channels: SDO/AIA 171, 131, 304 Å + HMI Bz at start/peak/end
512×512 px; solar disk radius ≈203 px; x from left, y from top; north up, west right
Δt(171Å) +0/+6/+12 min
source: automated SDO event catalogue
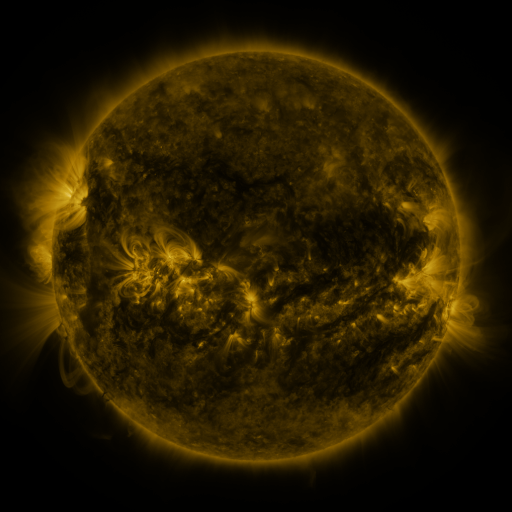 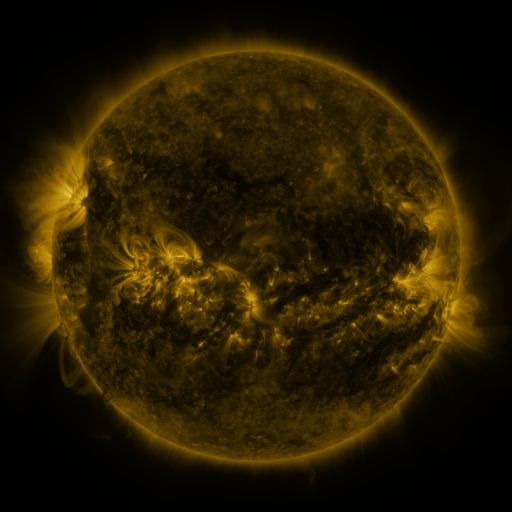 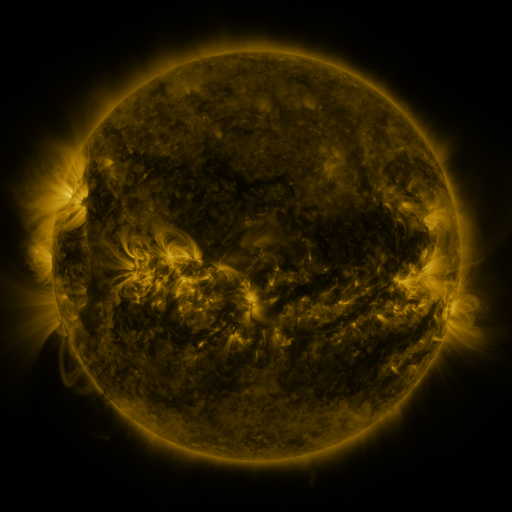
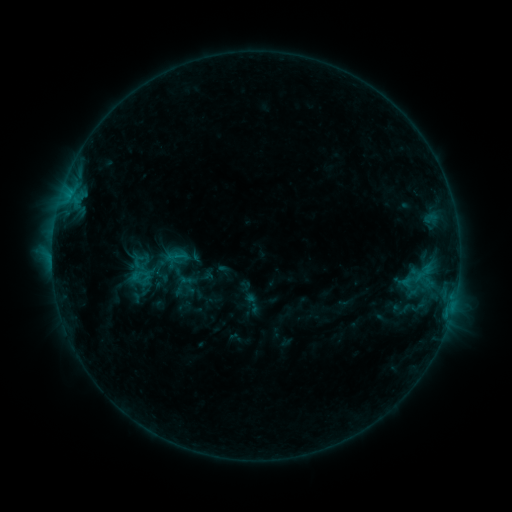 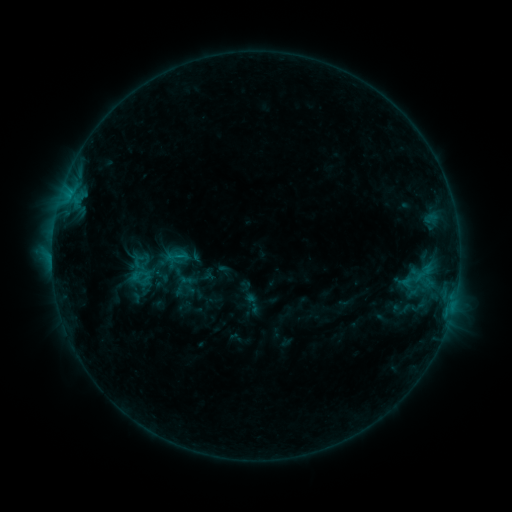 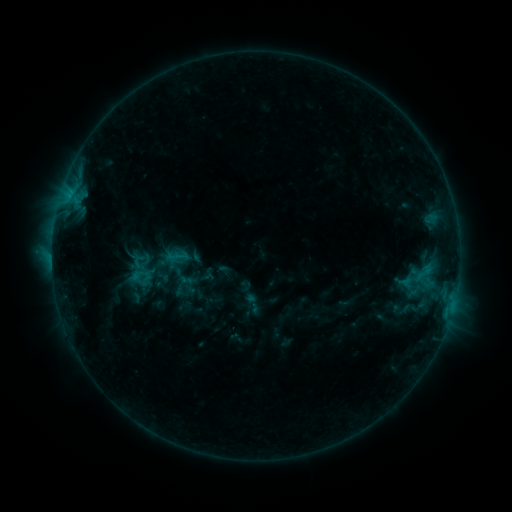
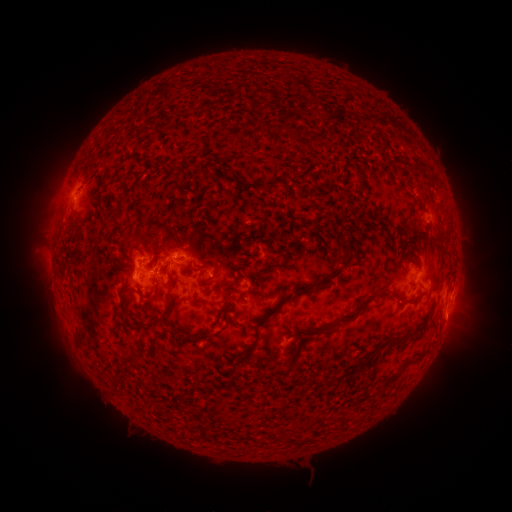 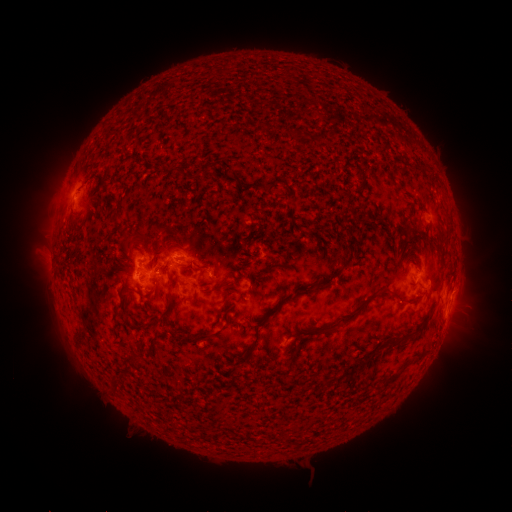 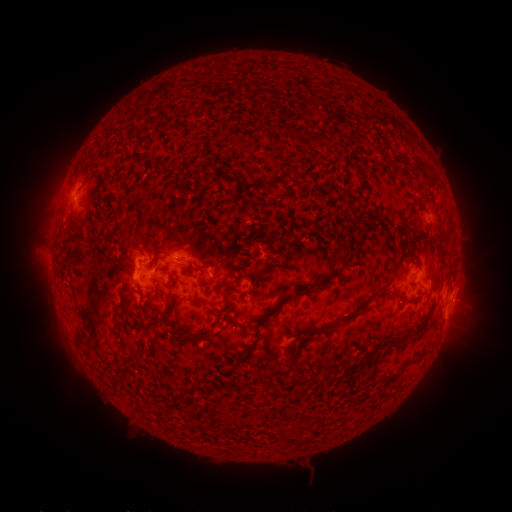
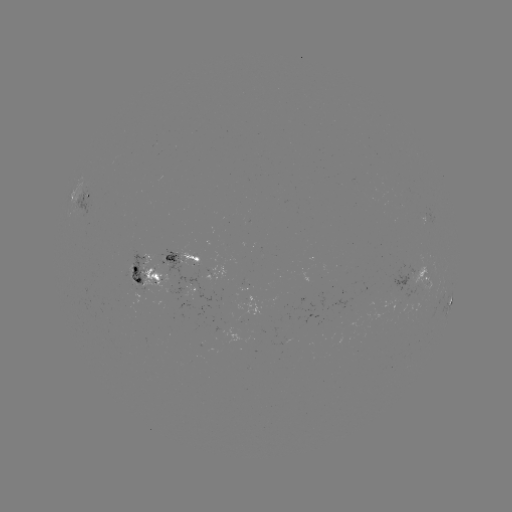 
no classed flare was catalogued and no EUV brightening was flagged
